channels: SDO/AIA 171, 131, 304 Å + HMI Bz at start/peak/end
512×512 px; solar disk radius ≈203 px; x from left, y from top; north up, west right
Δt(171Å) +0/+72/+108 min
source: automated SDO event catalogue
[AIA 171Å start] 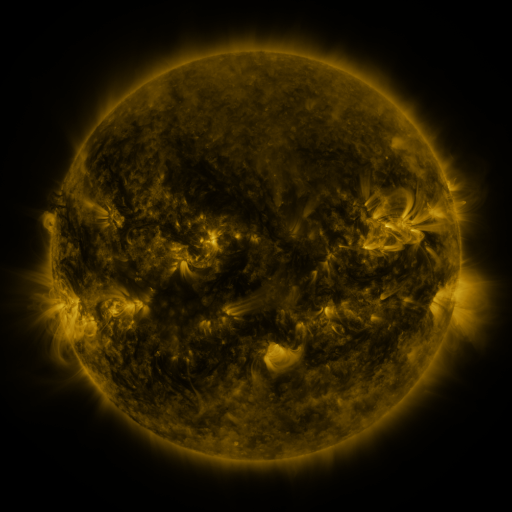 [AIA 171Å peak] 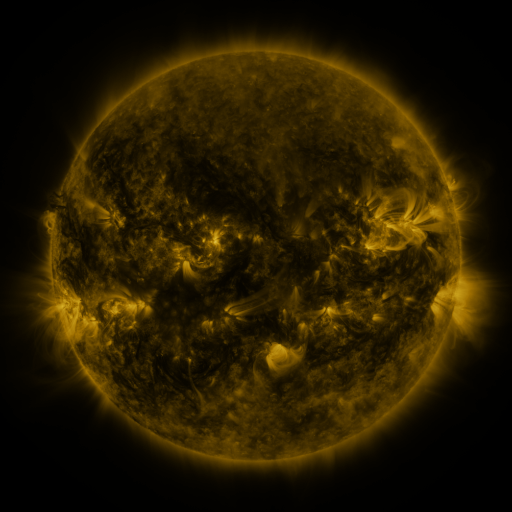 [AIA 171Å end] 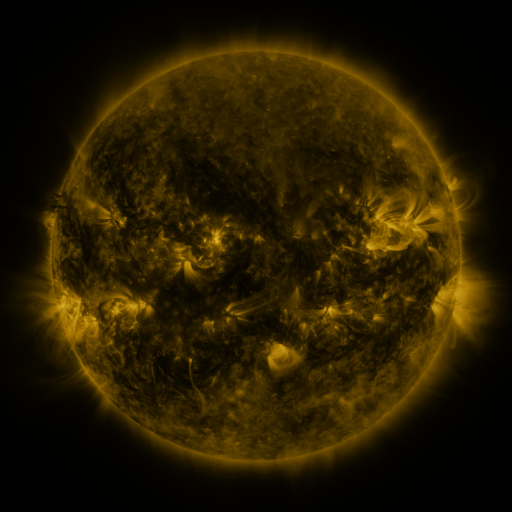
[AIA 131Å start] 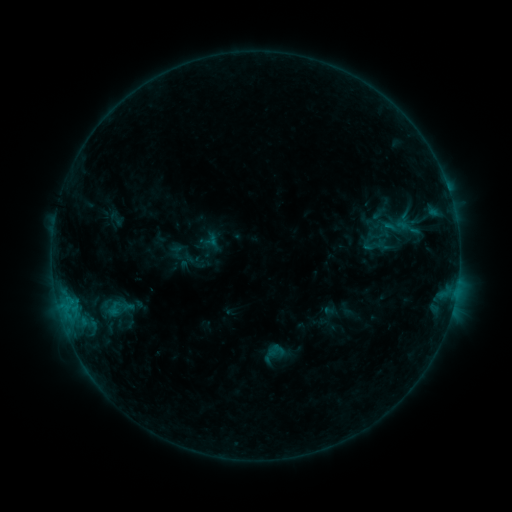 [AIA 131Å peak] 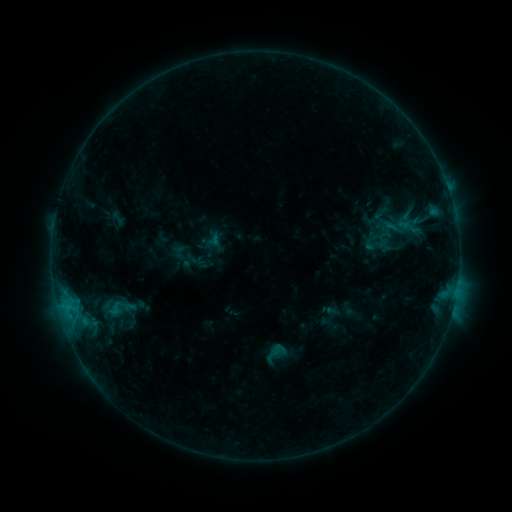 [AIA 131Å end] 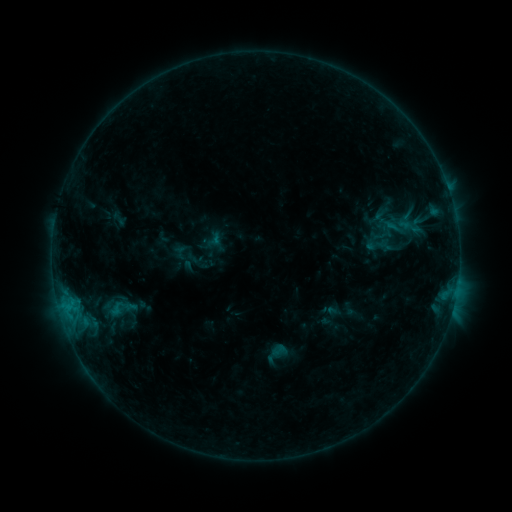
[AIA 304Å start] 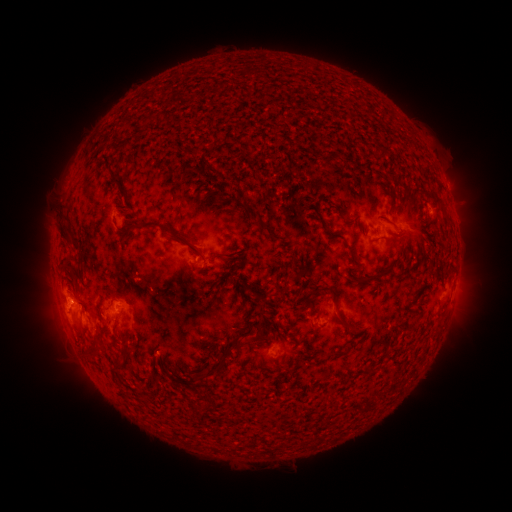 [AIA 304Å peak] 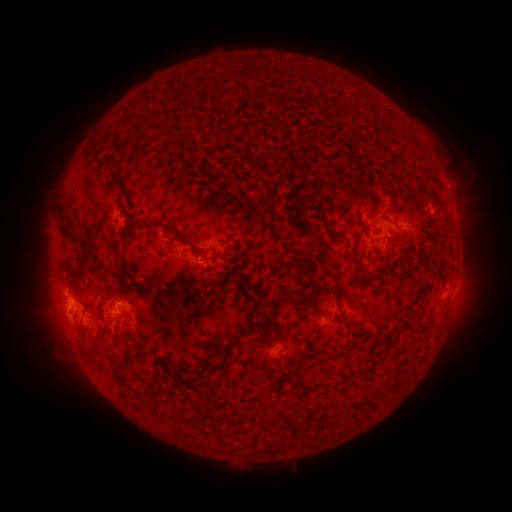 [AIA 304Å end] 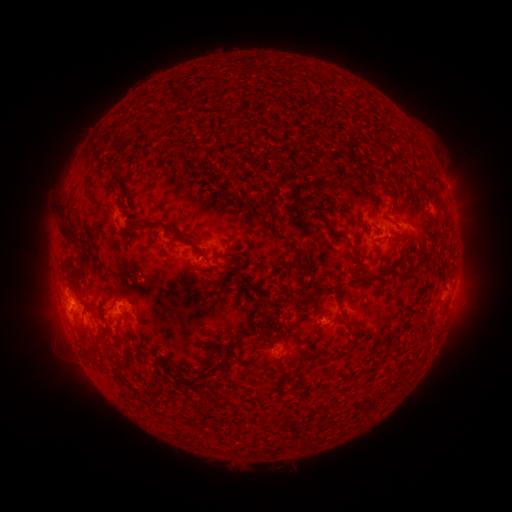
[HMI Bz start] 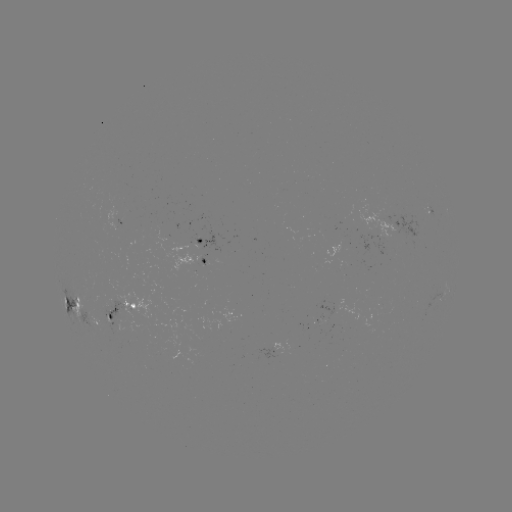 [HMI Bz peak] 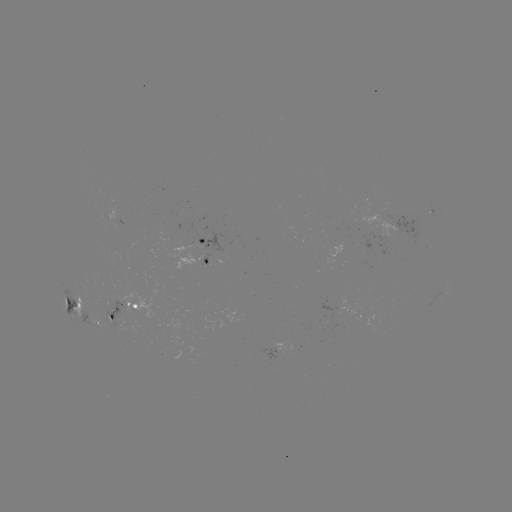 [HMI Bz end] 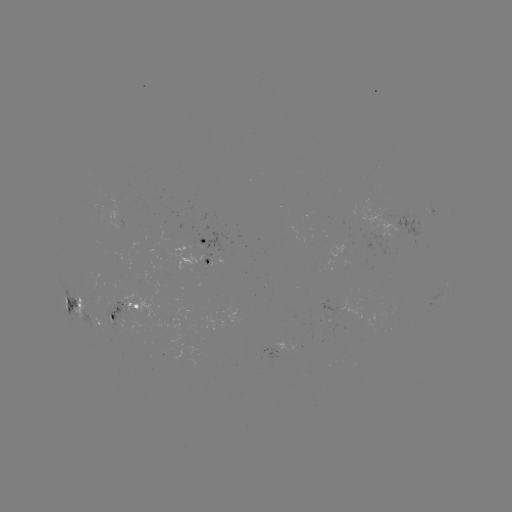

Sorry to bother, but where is emerging-flux region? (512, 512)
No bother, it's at (93, 291).